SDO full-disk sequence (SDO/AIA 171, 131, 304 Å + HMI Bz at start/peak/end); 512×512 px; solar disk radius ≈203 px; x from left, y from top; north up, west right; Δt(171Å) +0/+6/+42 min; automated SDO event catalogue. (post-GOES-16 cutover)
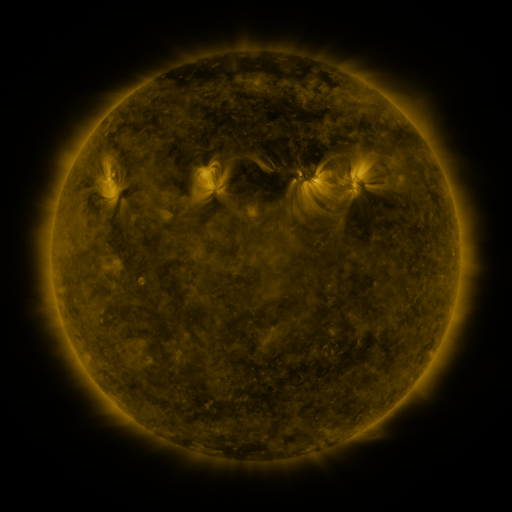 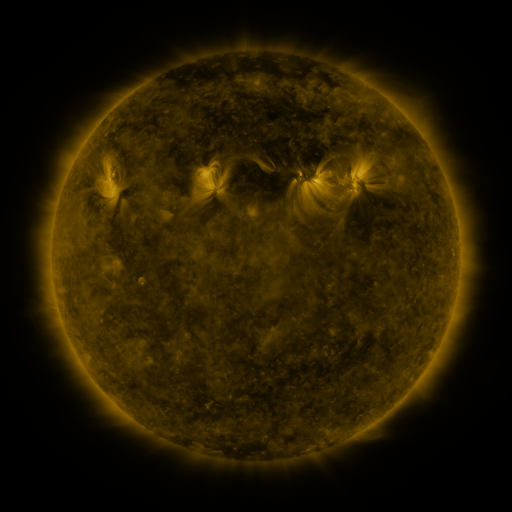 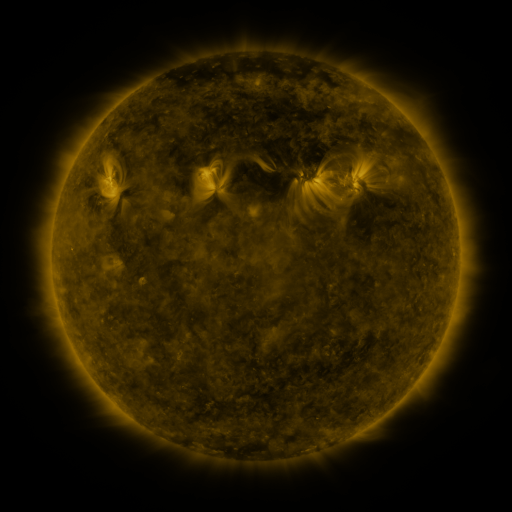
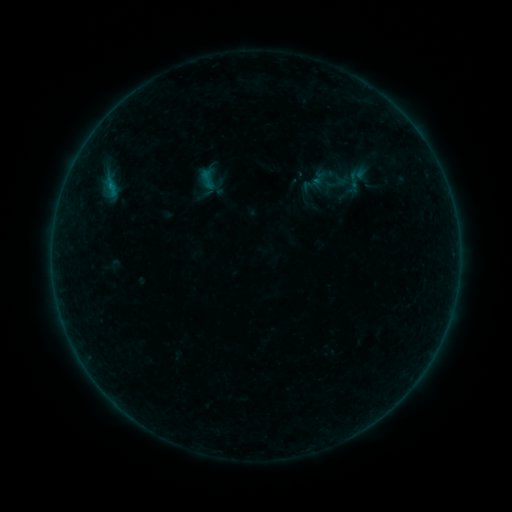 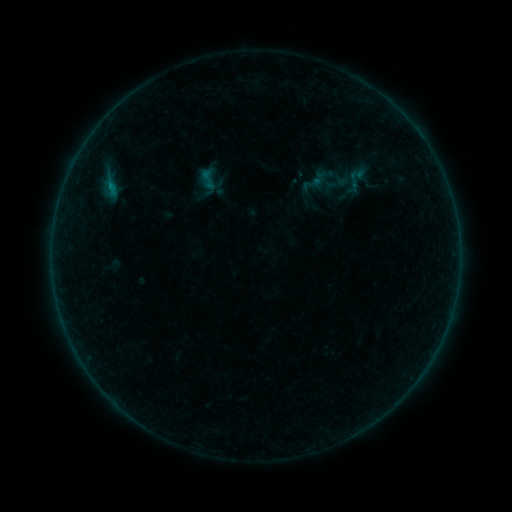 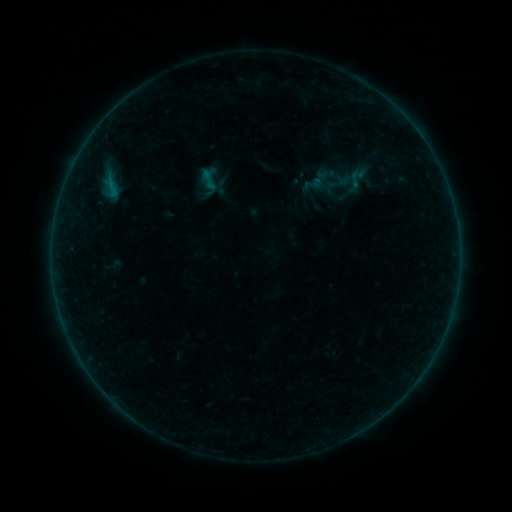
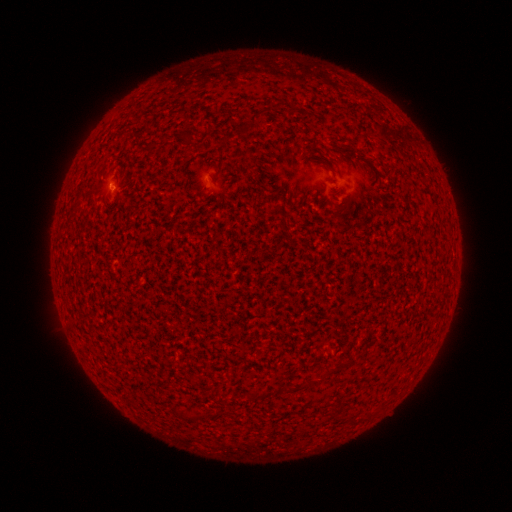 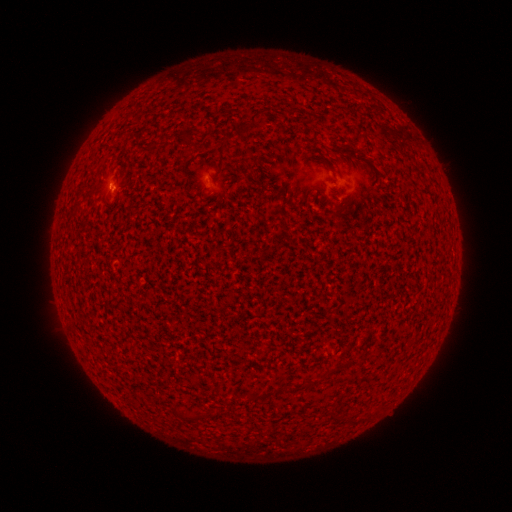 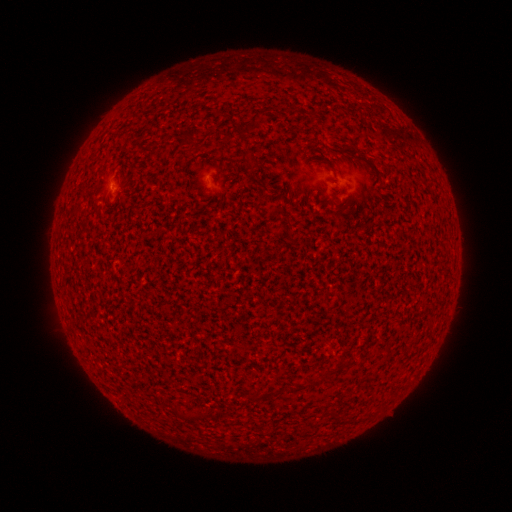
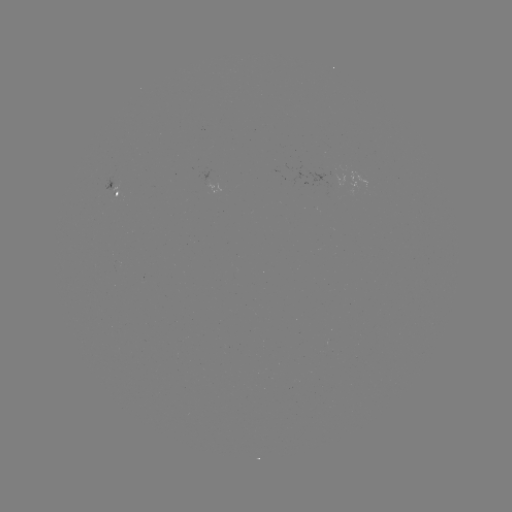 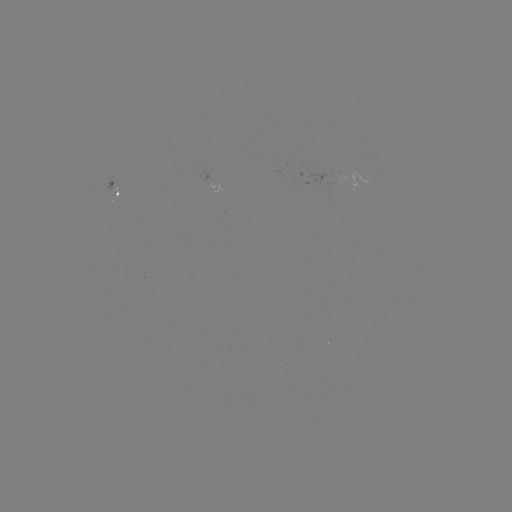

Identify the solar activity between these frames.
B2.2 flare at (112, 189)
